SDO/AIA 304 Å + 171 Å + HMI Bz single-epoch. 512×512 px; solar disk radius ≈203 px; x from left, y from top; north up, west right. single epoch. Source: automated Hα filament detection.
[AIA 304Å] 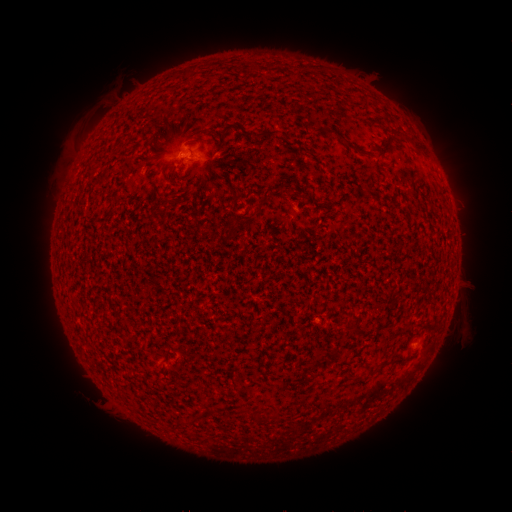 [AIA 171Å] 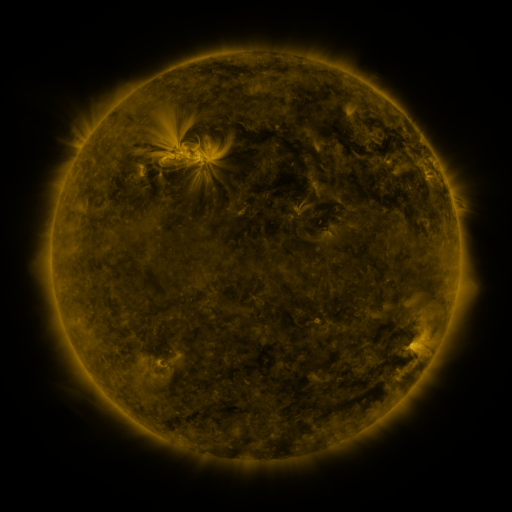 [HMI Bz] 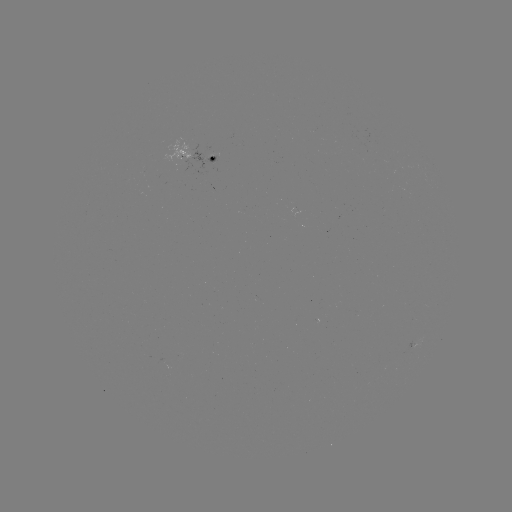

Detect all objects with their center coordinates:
filament: (353, 147)
filament: (265, 200)
